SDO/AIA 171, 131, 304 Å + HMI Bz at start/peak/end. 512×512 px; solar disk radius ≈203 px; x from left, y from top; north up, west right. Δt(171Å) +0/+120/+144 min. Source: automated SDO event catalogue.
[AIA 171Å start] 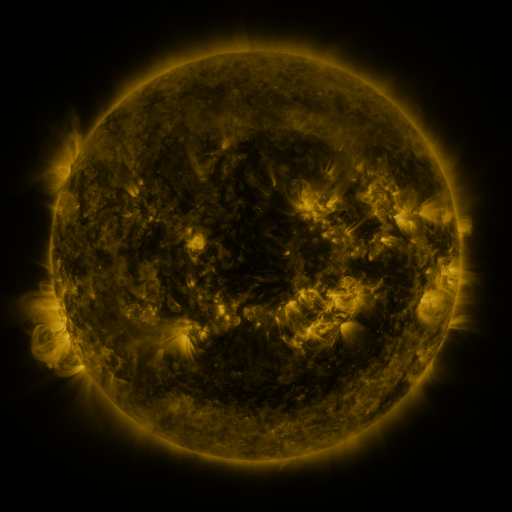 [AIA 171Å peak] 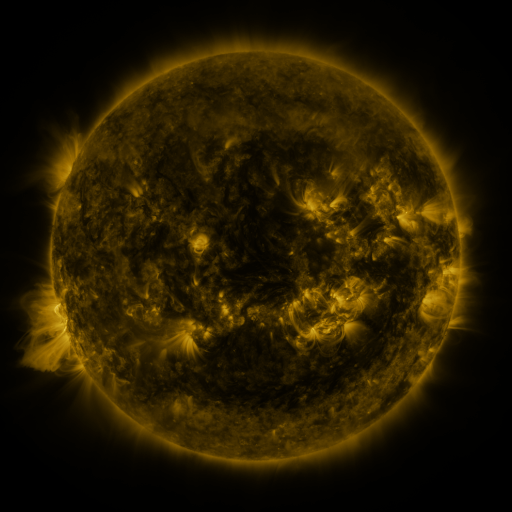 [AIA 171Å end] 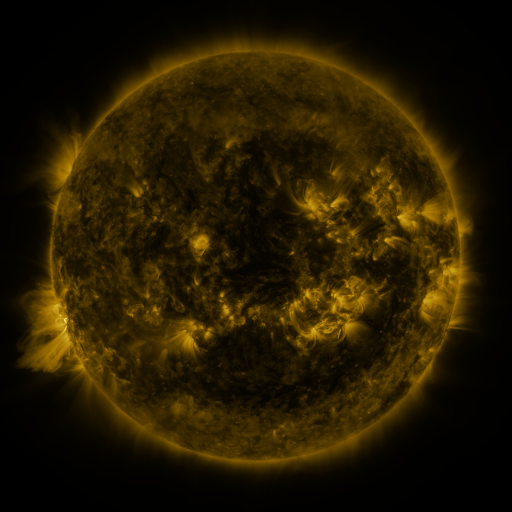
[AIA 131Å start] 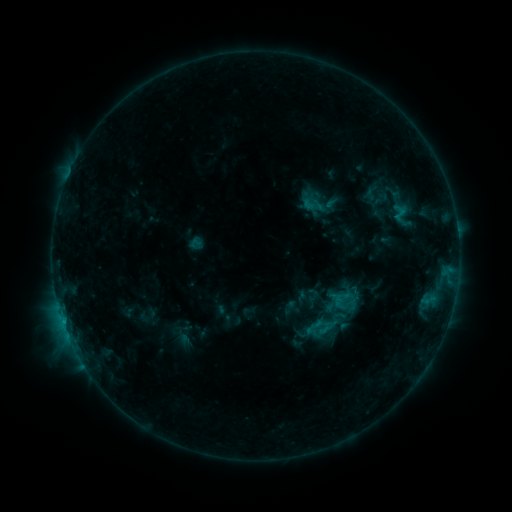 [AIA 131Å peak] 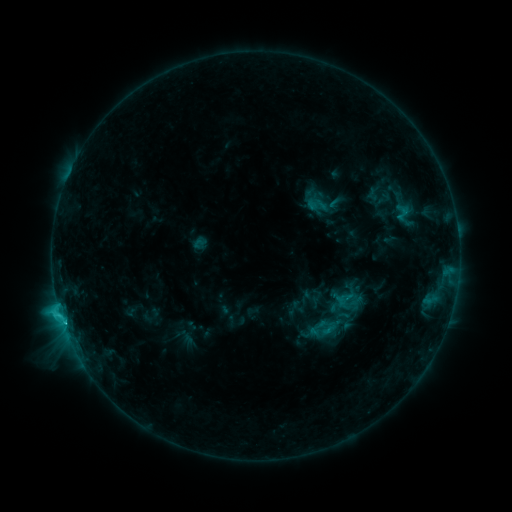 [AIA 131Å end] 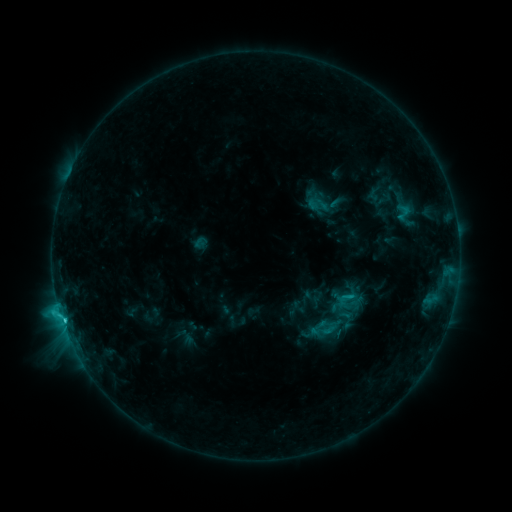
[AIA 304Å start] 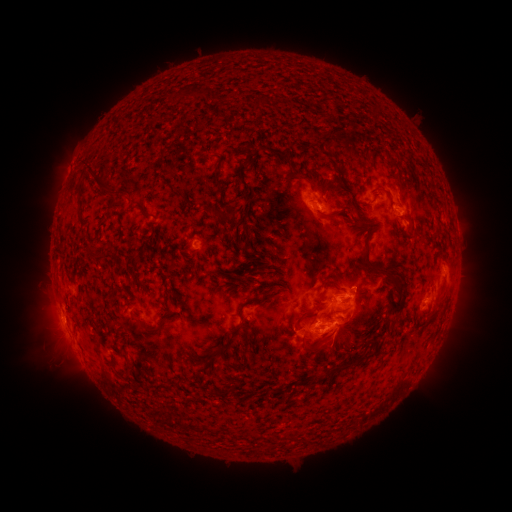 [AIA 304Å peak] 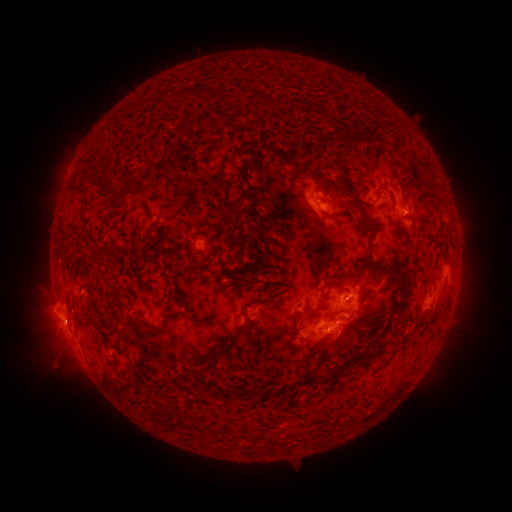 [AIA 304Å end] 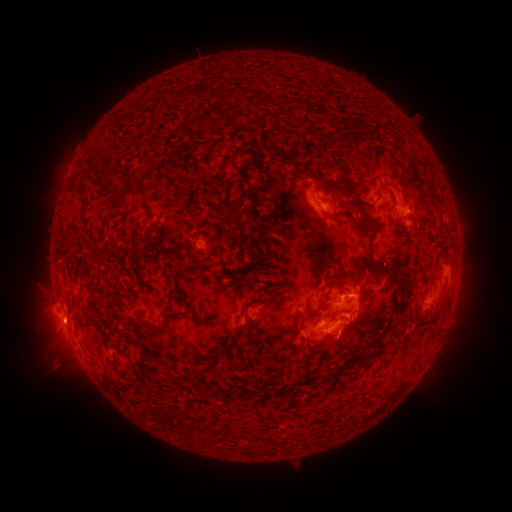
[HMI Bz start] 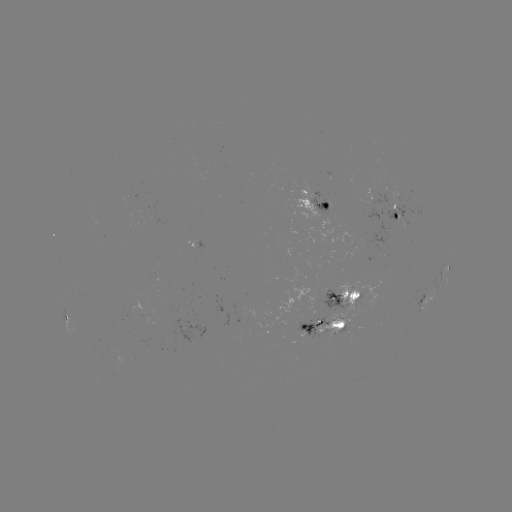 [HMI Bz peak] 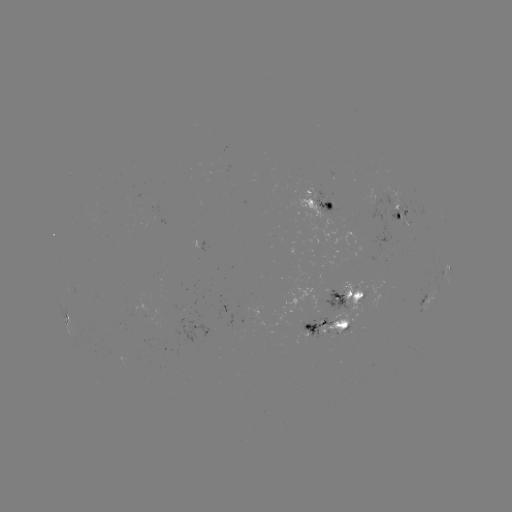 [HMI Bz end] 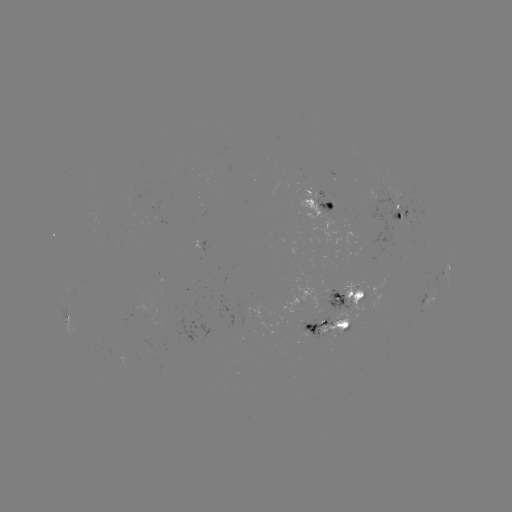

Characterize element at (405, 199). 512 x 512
emerging-flux region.